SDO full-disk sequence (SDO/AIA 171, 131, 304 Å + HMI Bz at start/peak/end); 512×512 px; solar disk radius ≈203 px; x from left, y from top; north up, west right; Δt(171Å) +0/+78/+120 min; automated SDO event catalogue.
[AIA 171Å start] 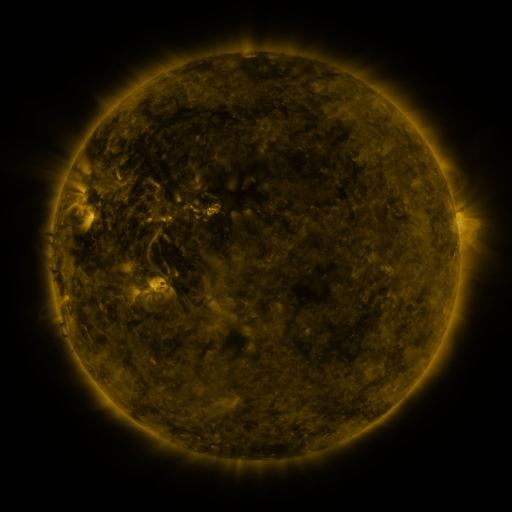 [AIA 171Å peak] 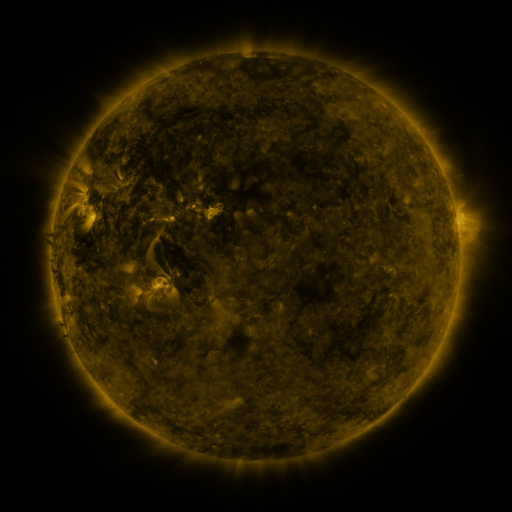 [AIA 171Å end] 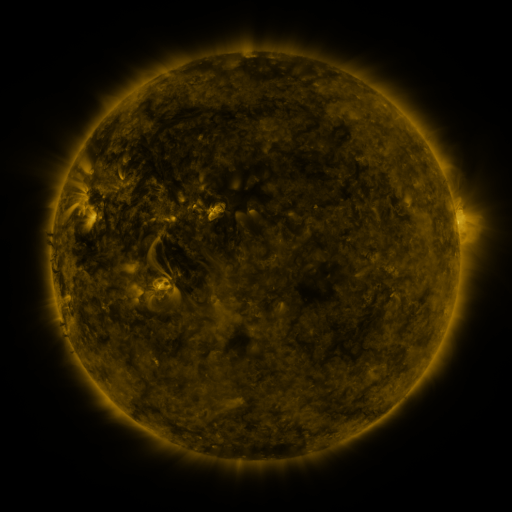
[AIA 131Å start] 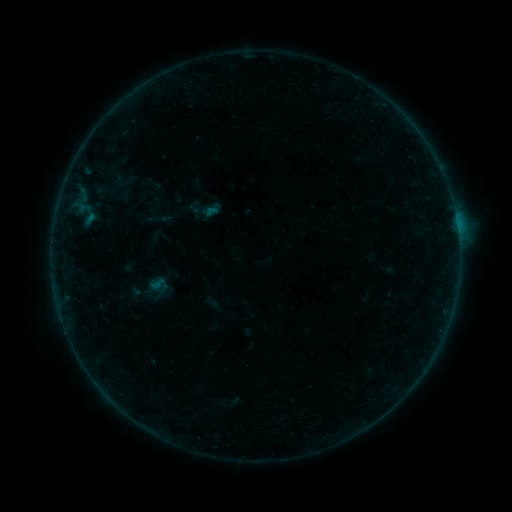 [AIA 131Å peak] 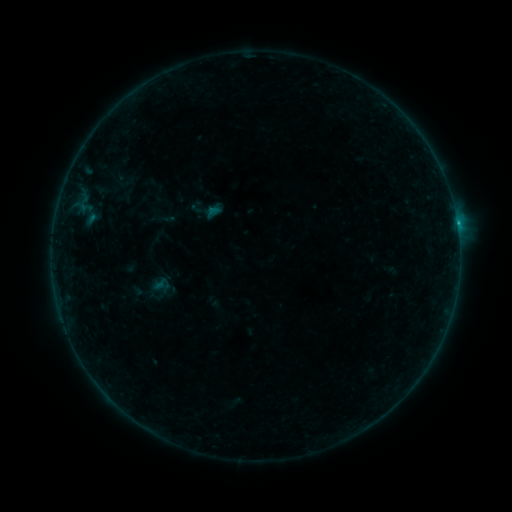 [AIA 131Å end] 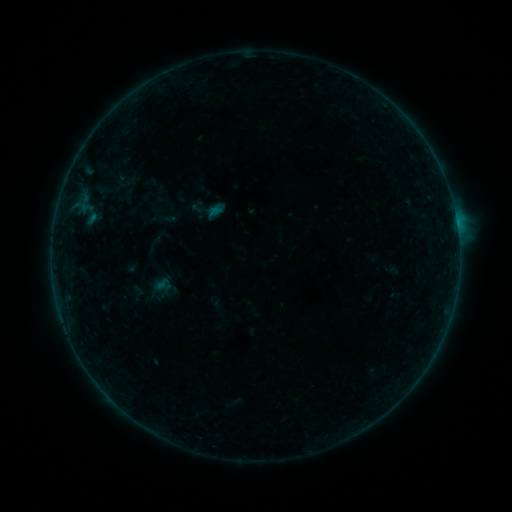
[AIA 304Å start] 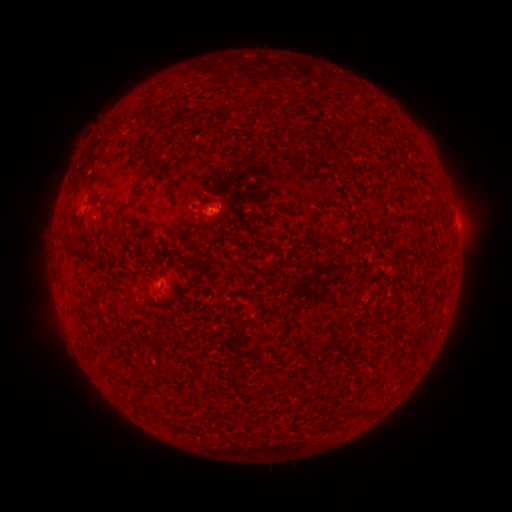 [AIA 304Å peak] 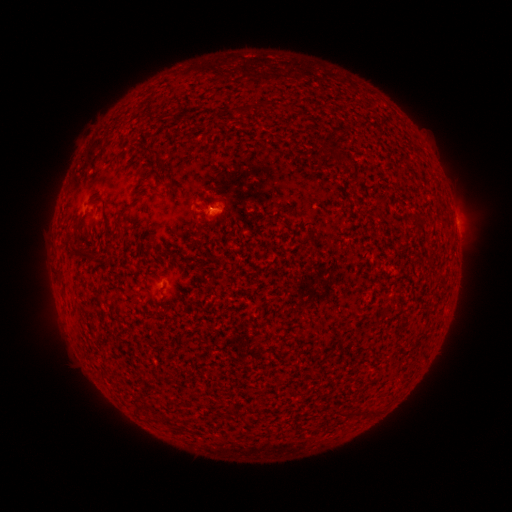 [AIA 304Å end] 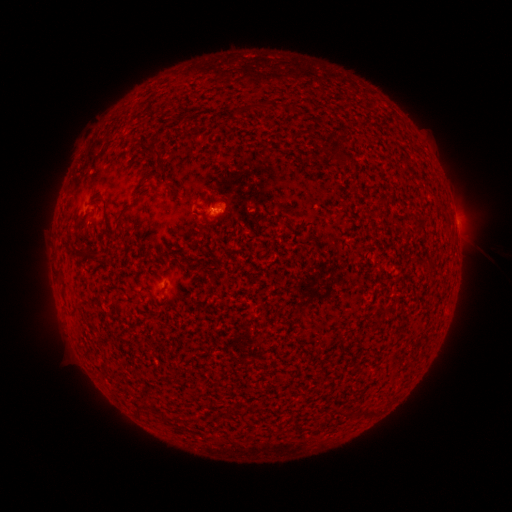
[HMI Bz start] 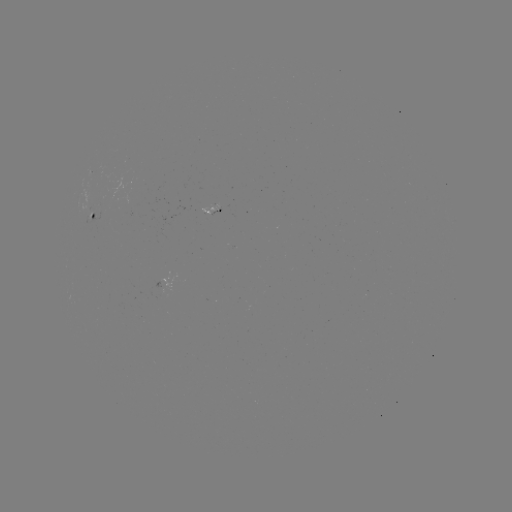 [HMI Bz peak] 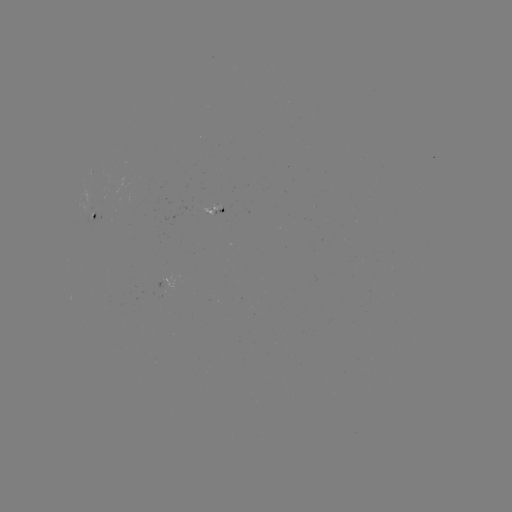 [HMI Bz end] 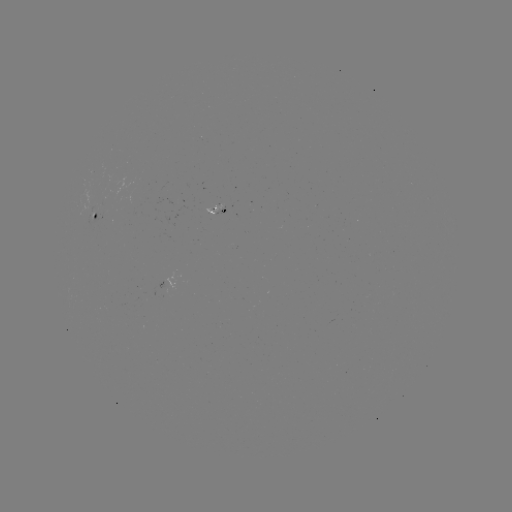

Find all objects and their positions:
B3.9 flare: (456, 224)
